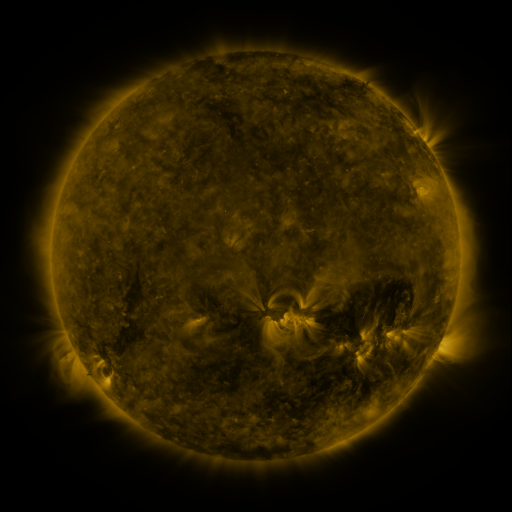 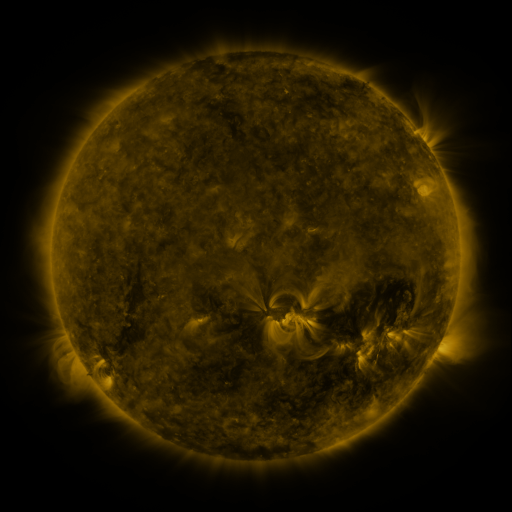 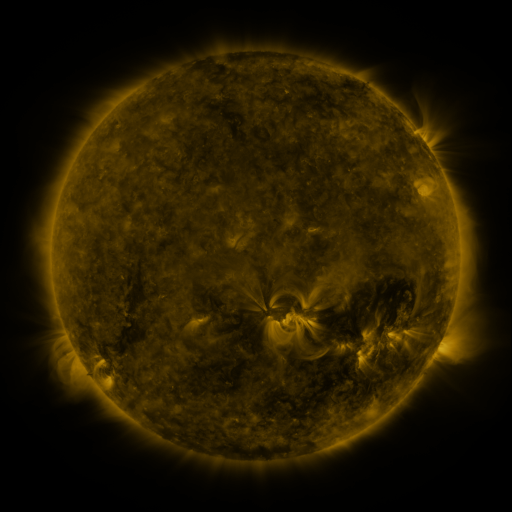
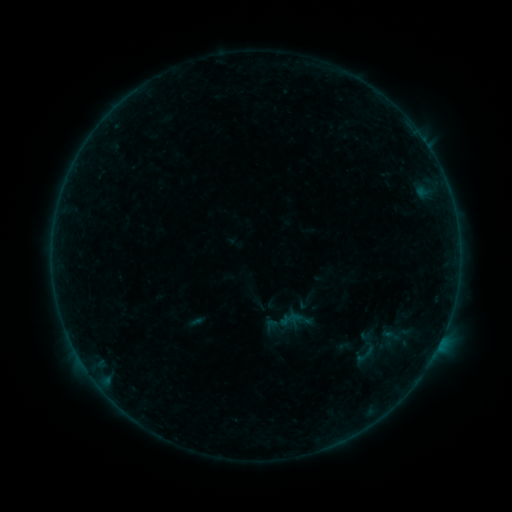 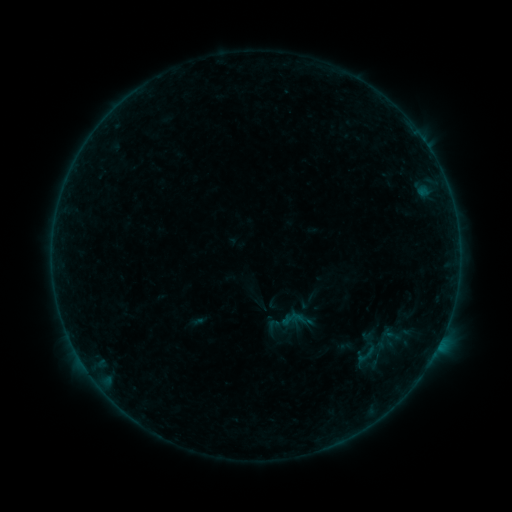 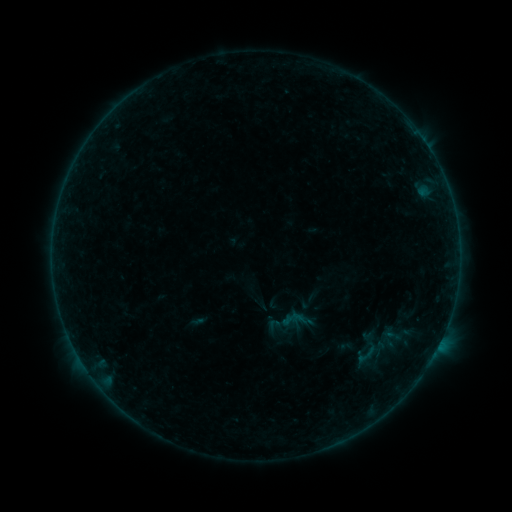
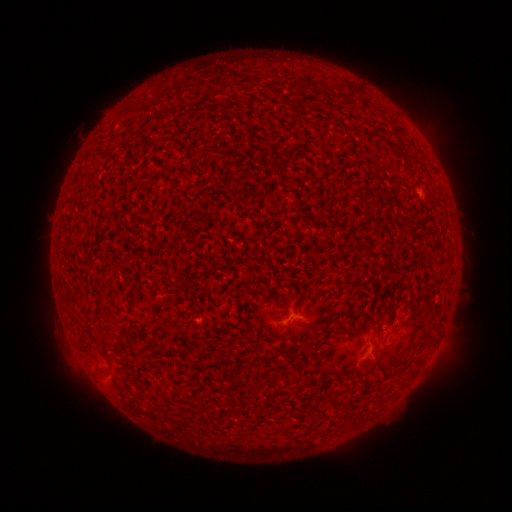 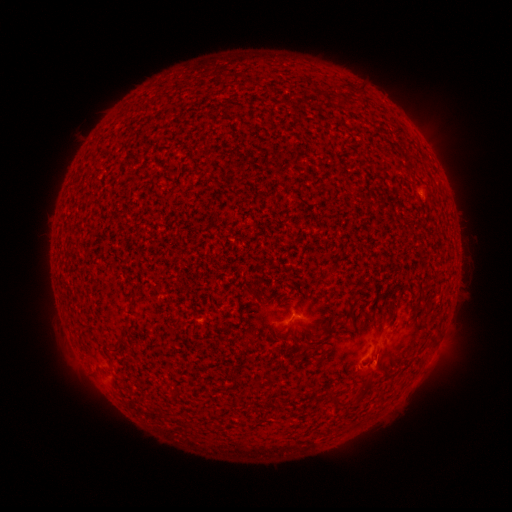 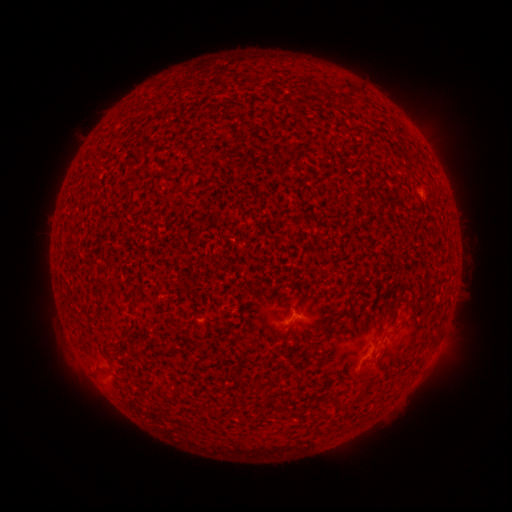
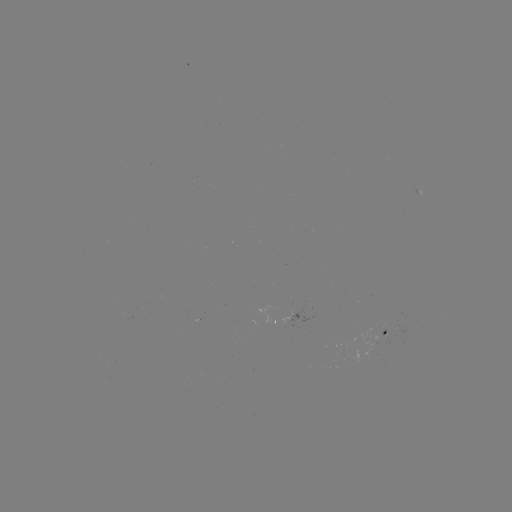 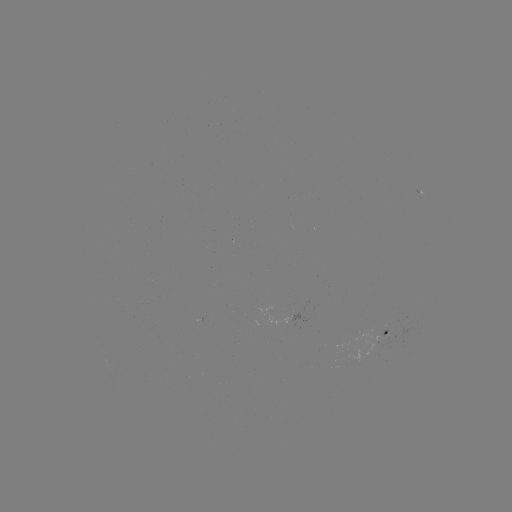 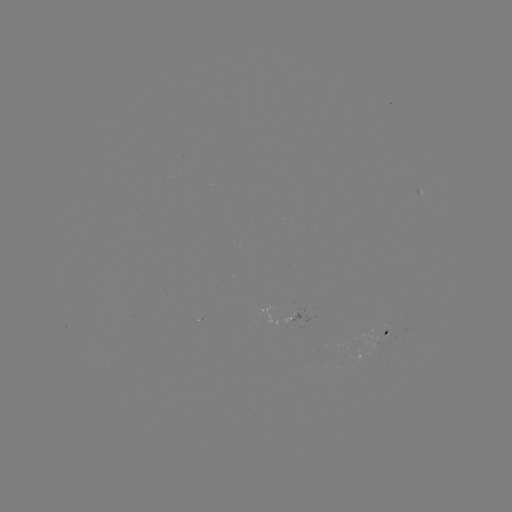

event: flare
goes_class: B1.5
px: (375, 360)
